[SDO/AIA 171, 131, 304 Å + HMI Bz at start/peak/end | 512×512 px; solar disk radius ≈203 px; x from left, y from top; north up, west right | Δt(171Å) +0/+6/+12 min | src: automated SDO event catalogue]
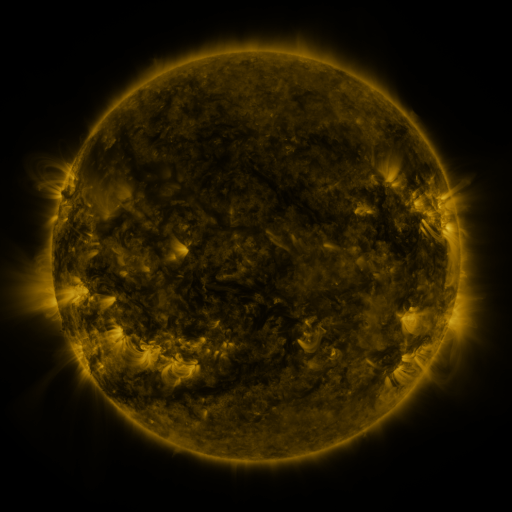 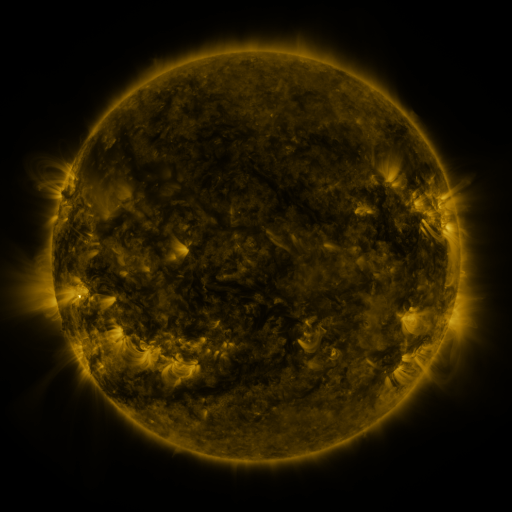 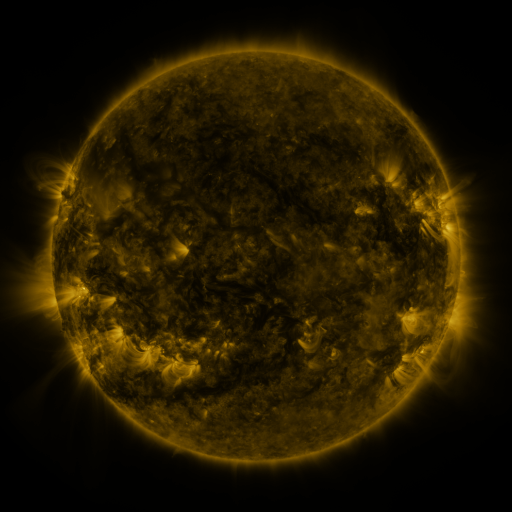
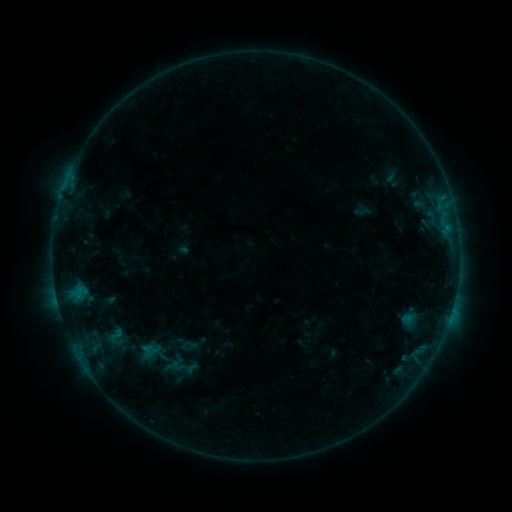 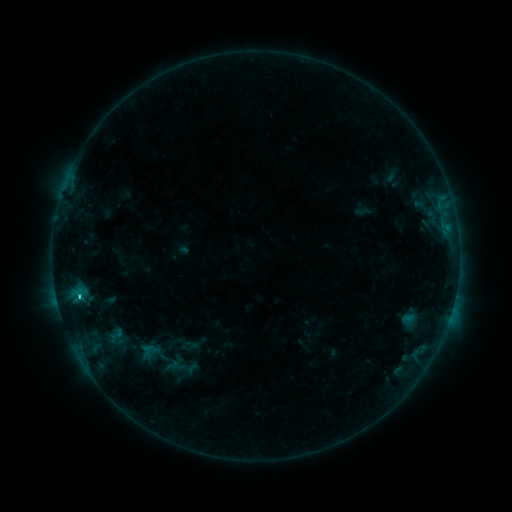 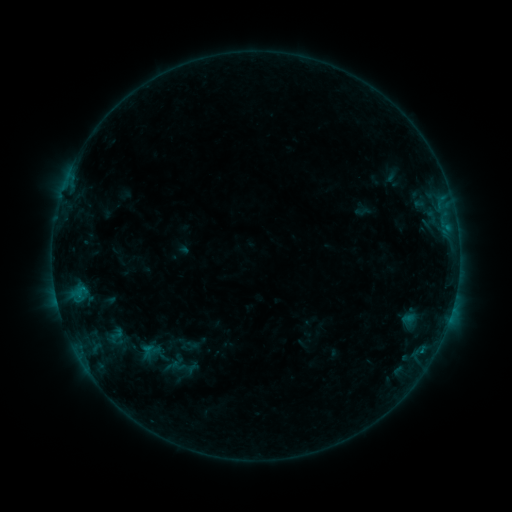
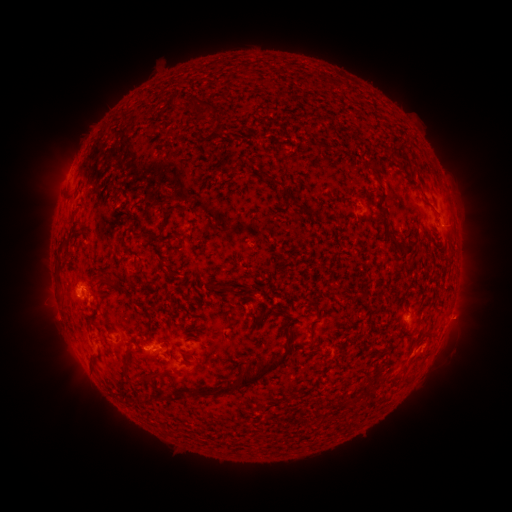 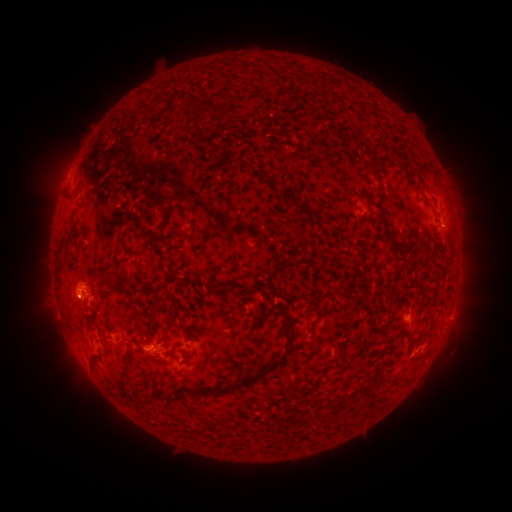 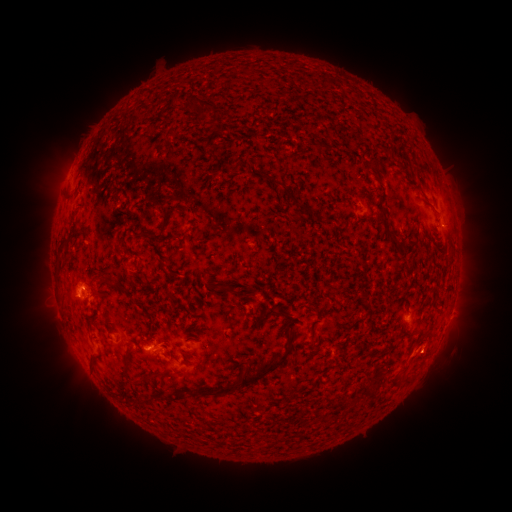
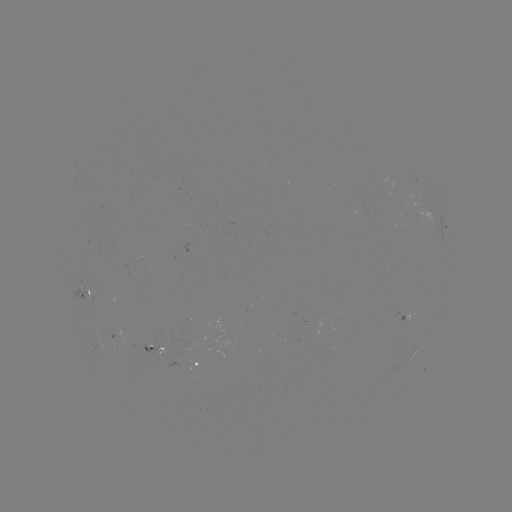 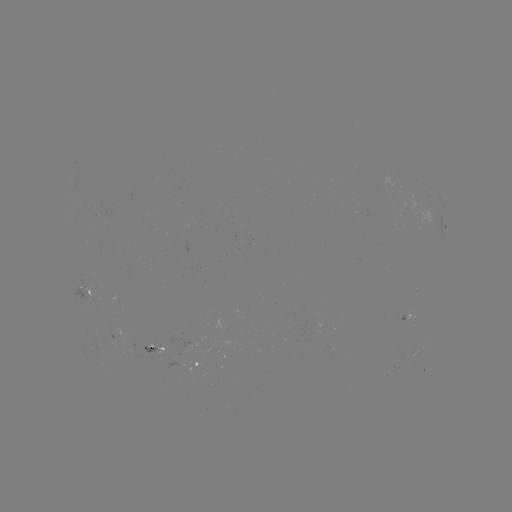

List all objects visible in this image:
C1.1 flare: (81, 295)
